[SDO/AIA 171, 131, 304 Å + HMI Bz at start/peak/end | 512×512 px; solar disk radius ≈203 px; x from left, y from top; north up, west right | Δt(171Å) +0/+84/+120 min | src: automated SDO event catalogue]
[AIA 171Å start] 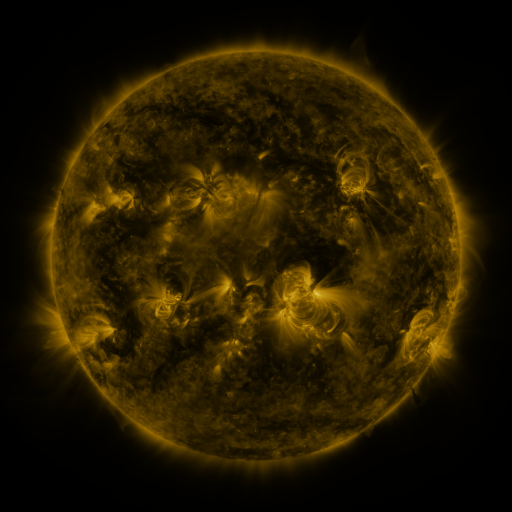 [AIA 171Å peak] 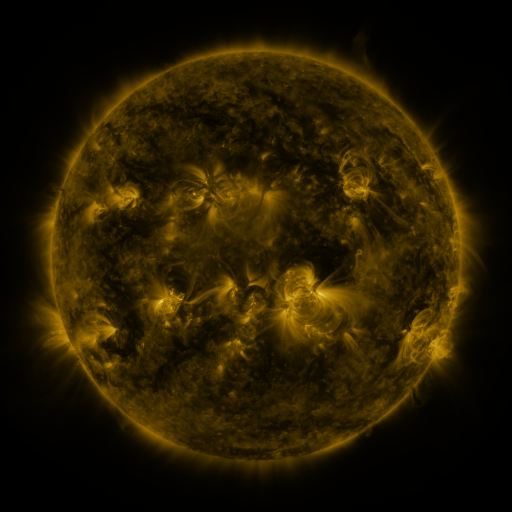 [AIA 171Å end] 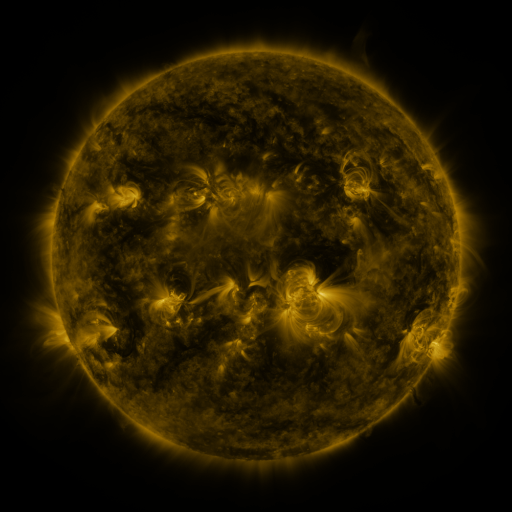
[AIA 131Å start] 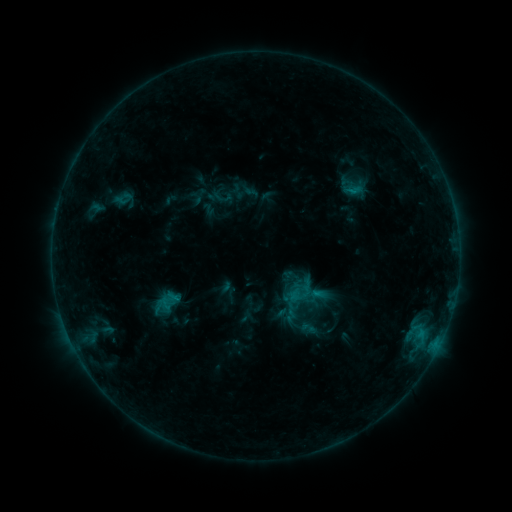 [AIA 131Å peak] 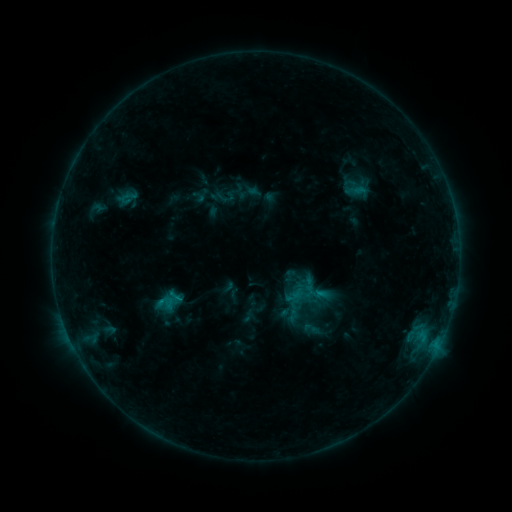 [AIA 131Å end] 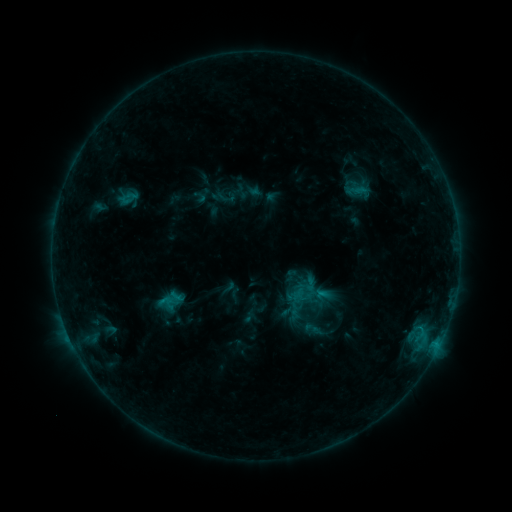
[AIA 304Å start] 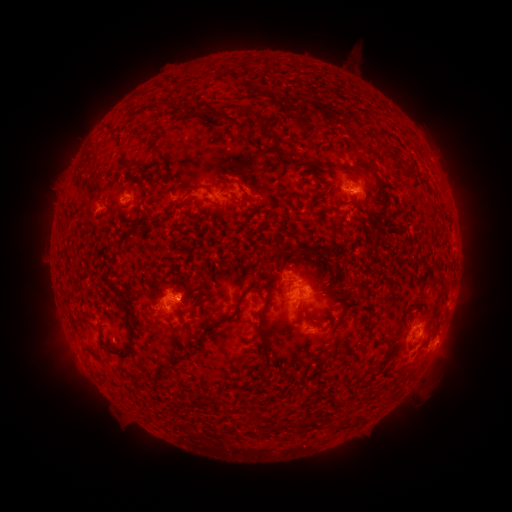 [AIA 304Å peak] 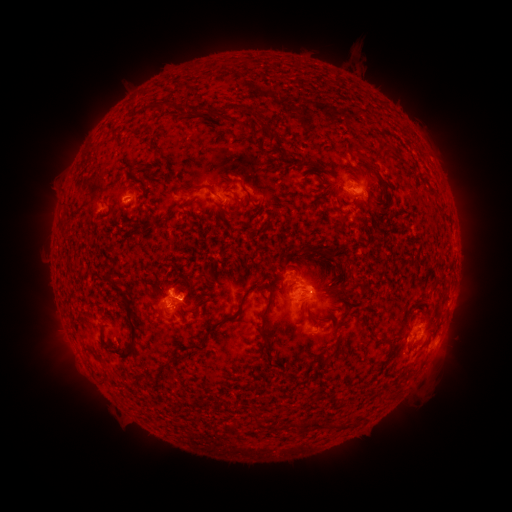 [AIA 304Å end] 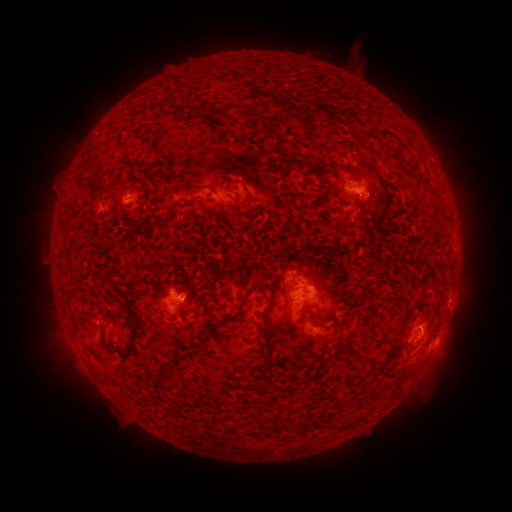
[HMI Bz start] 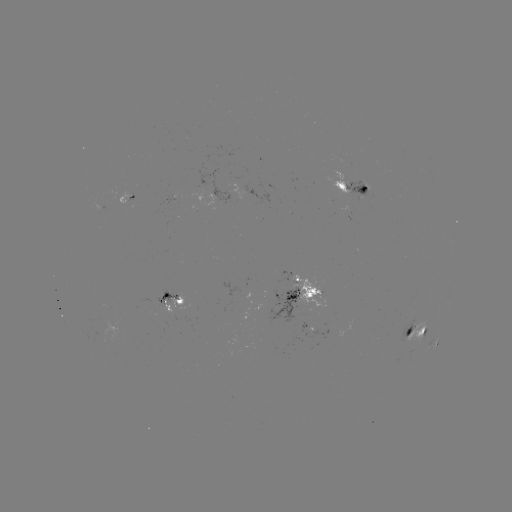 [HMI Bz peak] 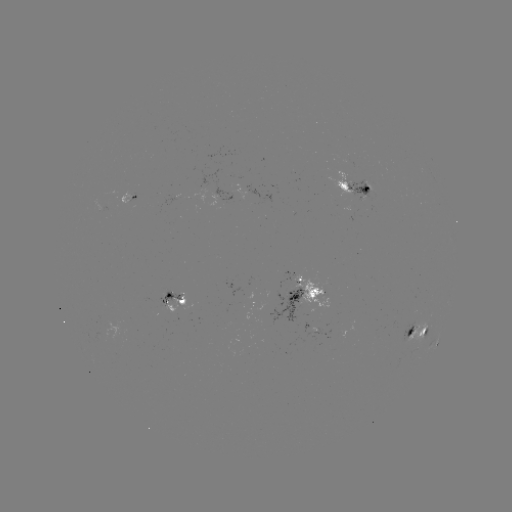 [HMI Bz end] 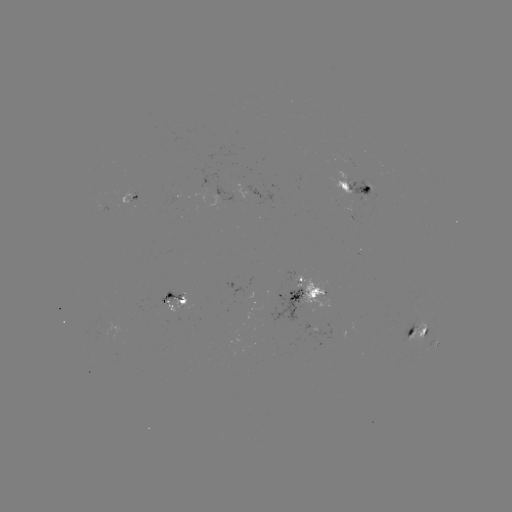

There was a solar emerging-flux region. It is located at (316, 329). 